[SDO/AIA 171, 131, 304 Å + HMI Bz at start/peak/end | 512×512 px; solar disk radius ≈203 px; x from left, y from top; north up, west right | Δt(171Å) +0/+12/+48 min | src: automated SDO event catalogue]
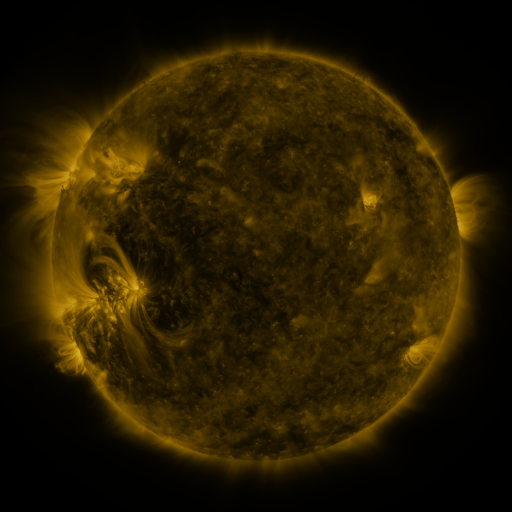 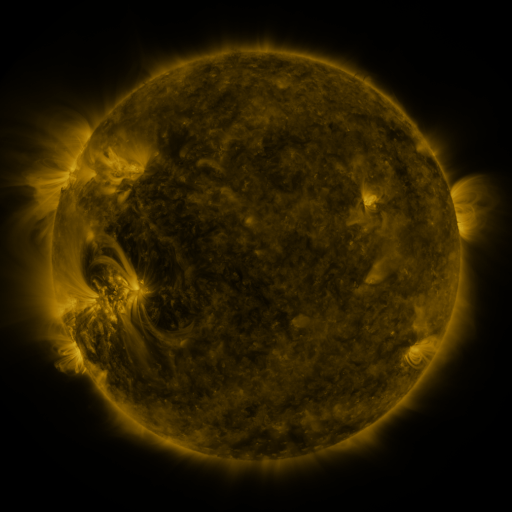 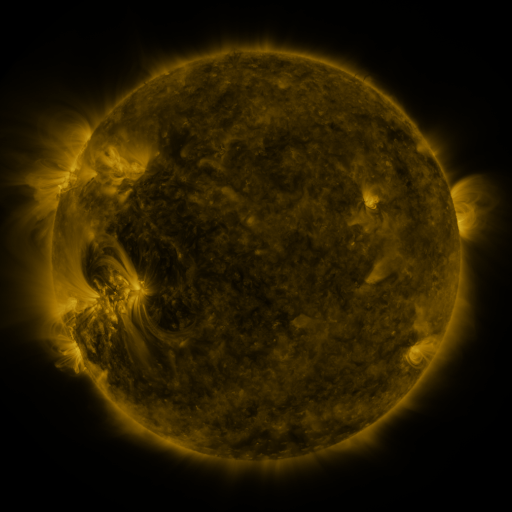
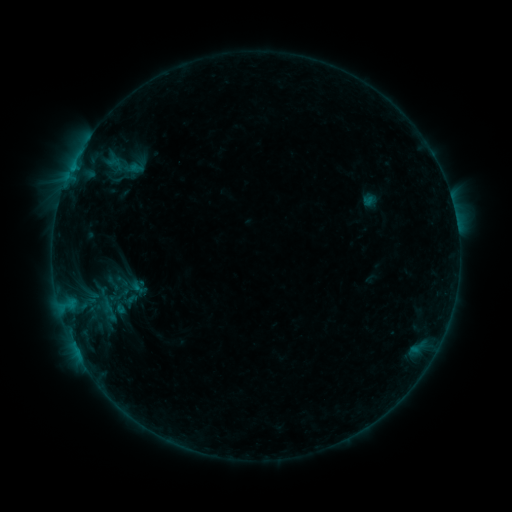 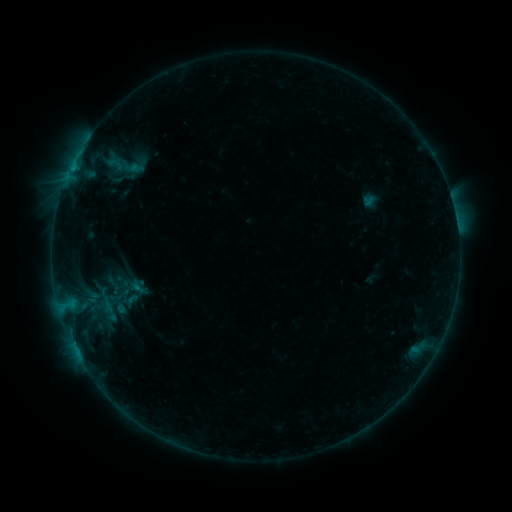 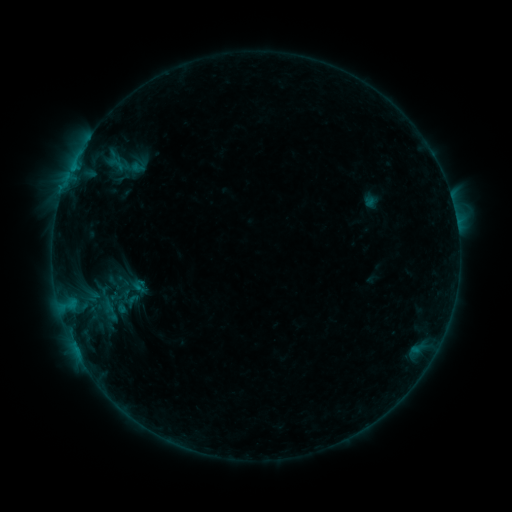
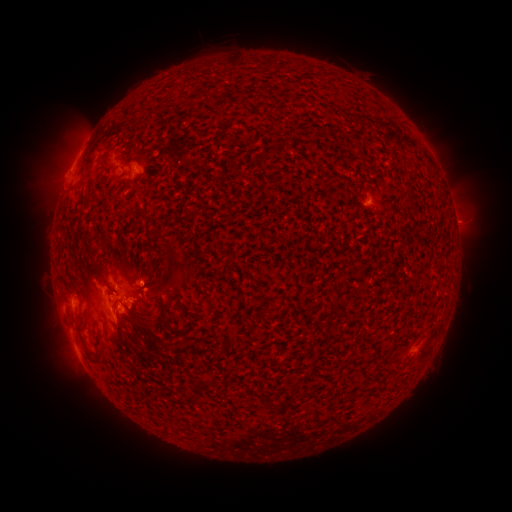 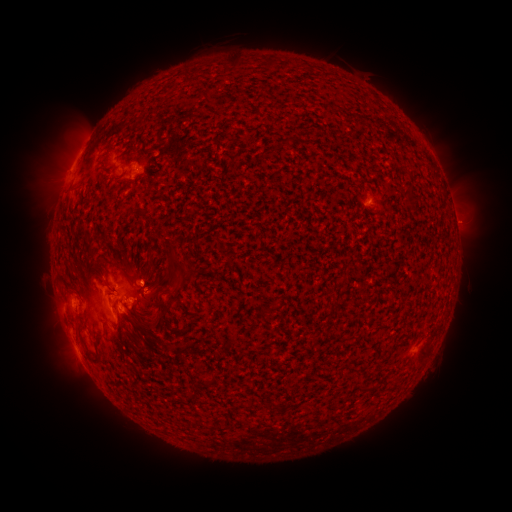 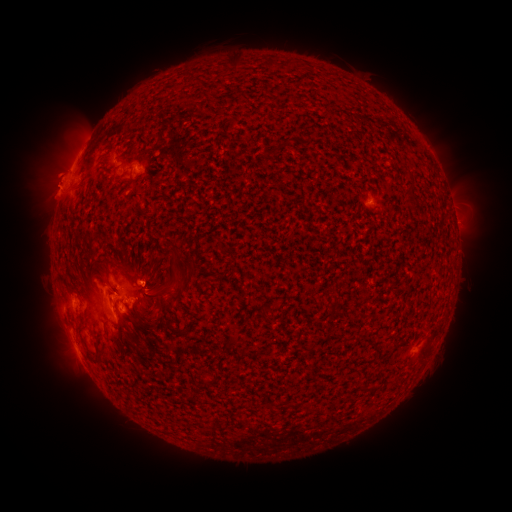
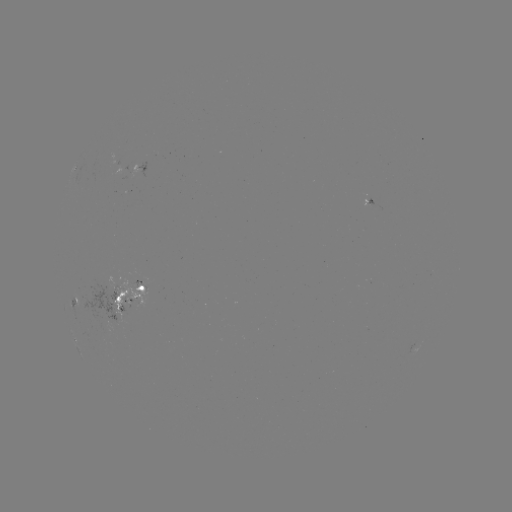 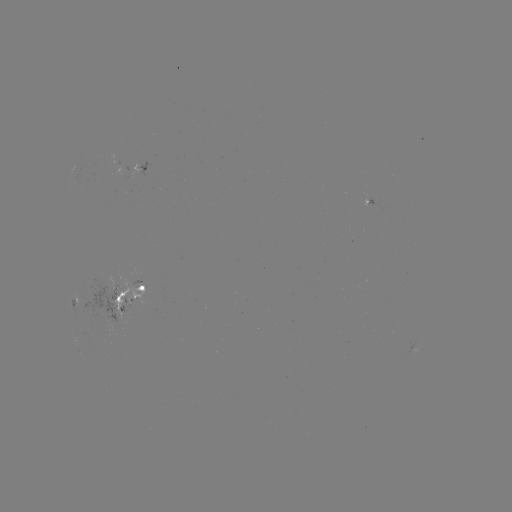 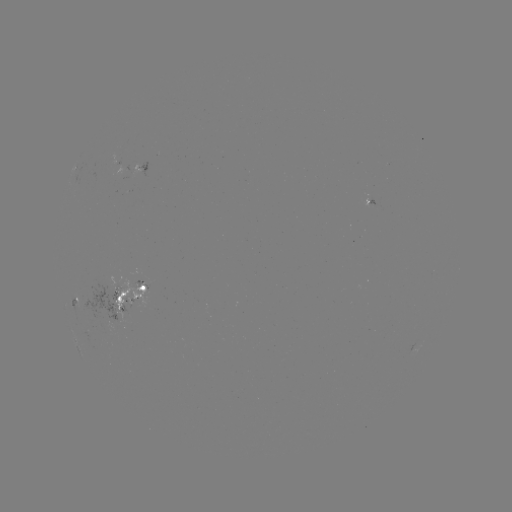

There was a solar emerging-flux region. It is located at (141, 280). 